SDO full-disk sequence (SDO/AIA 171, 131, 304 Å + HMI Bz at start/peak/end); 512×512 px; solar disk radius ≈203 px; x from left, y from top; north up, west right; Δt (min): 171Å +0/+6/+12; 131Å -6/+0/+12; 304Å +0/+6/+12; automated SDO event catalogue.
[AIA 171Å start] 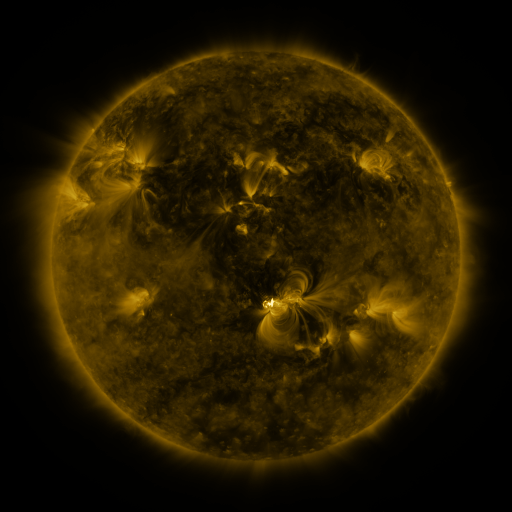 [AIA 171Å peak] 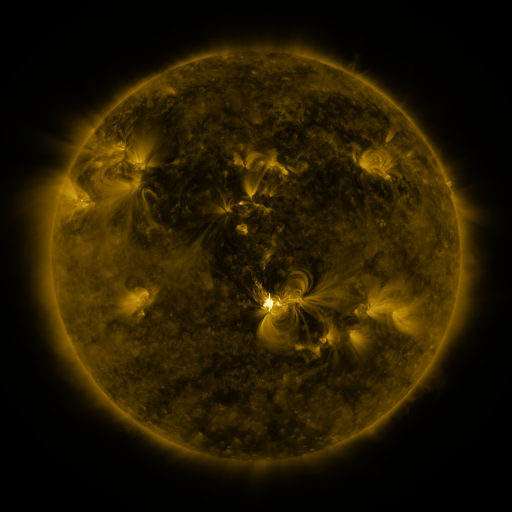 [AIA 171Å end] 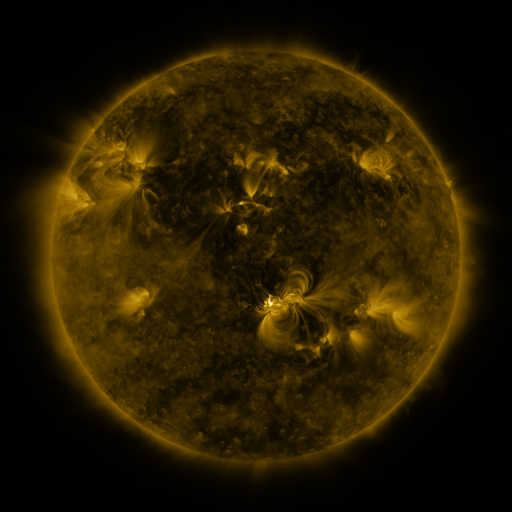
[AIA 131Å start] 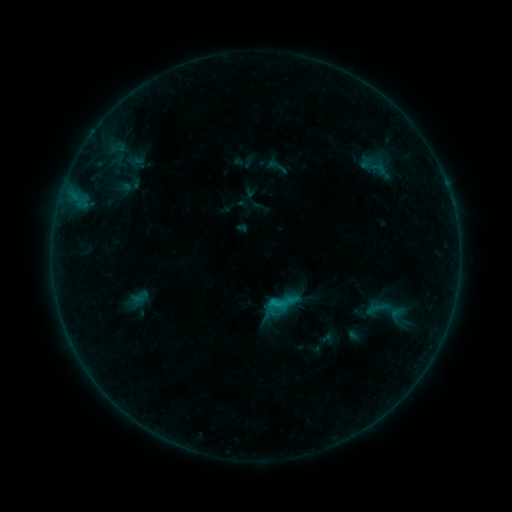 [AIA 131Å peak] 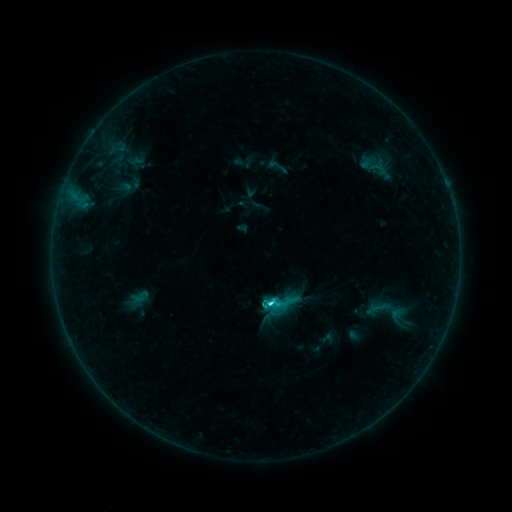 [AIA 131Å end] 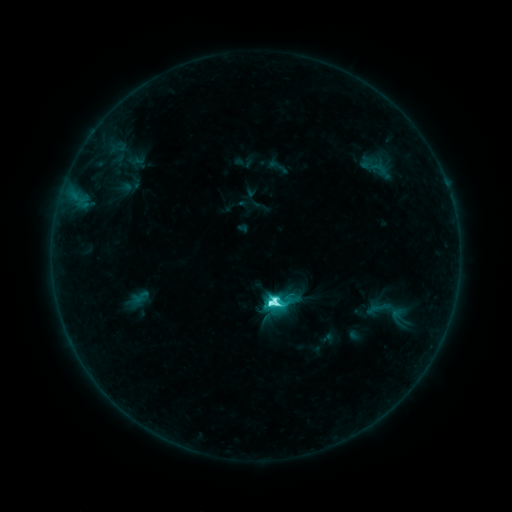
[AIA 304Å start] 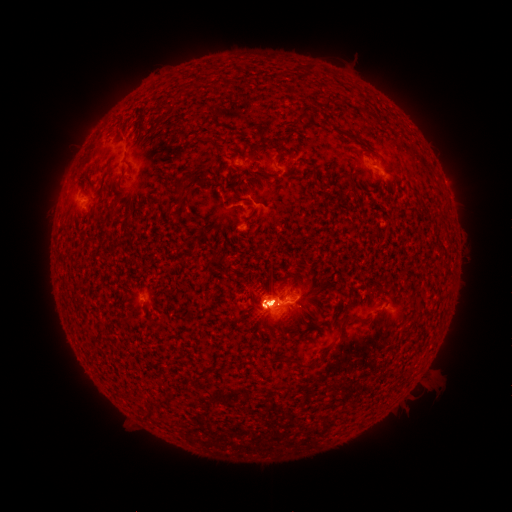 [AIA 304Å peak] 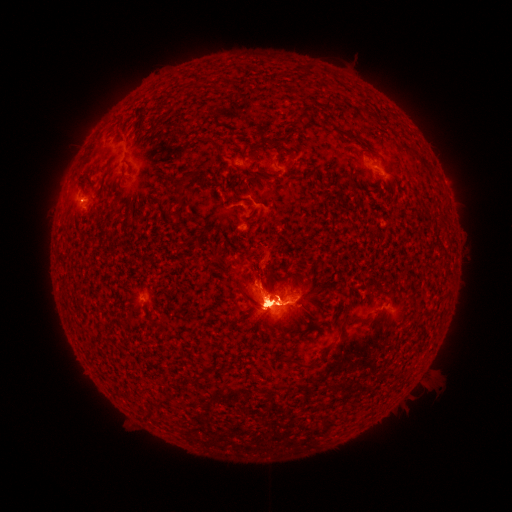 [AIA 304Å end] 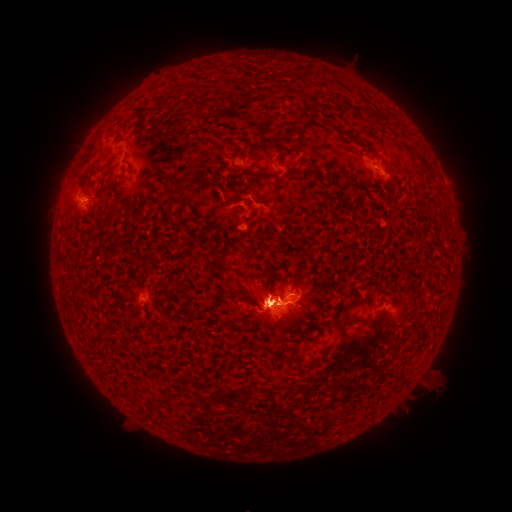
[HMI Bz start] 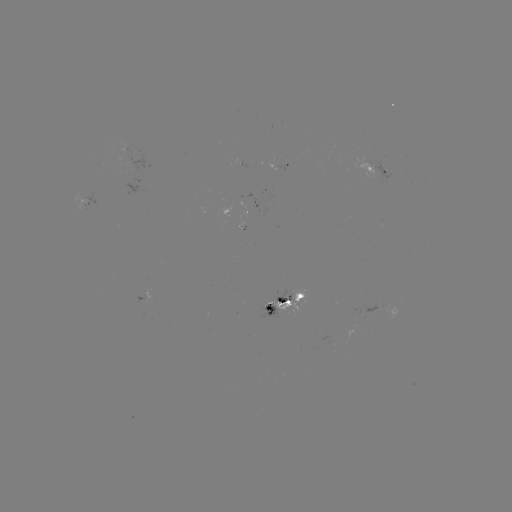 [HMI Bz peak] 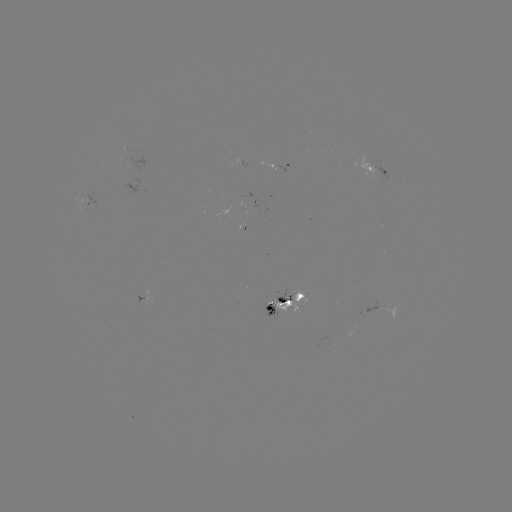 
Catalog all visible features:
eruption: (281, 461)
